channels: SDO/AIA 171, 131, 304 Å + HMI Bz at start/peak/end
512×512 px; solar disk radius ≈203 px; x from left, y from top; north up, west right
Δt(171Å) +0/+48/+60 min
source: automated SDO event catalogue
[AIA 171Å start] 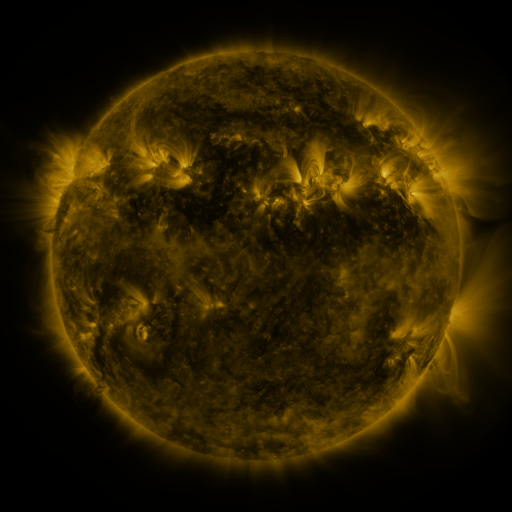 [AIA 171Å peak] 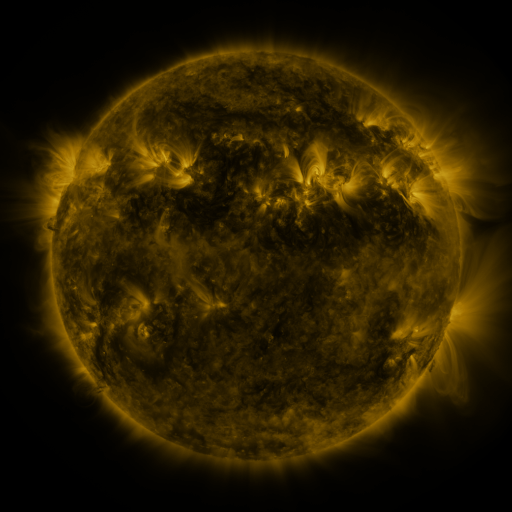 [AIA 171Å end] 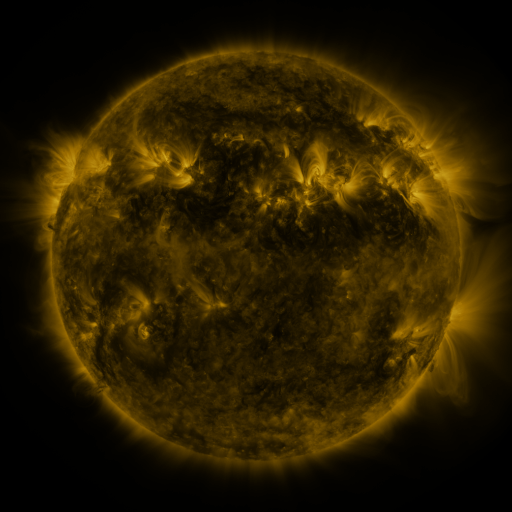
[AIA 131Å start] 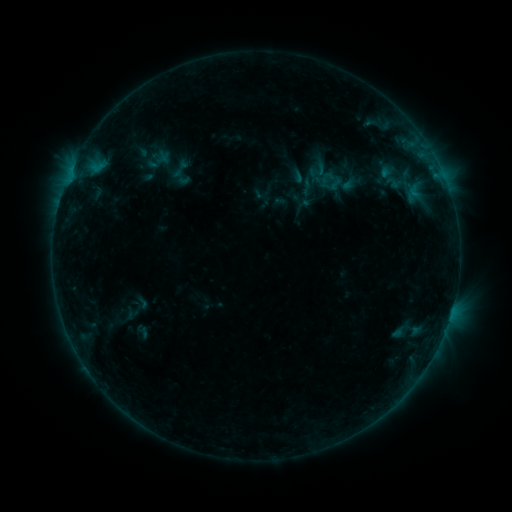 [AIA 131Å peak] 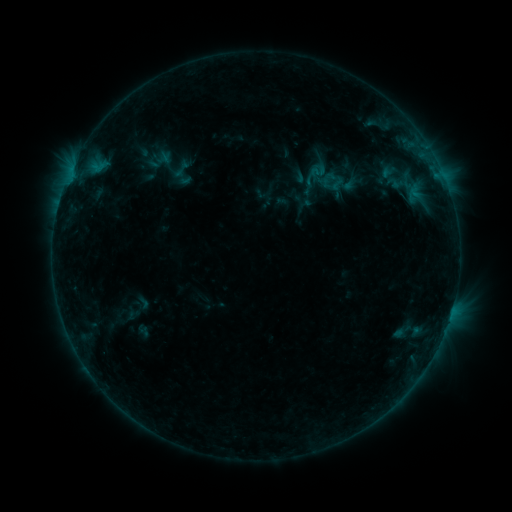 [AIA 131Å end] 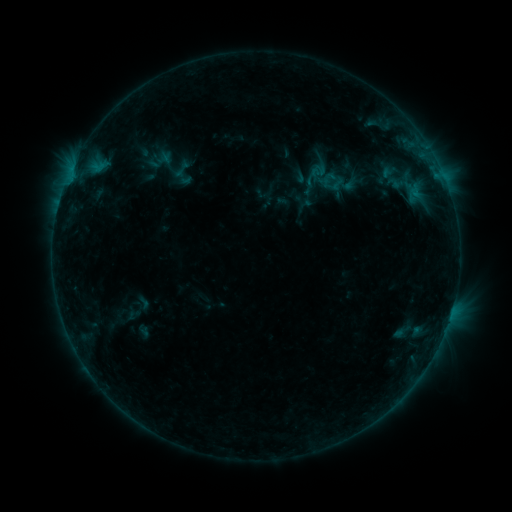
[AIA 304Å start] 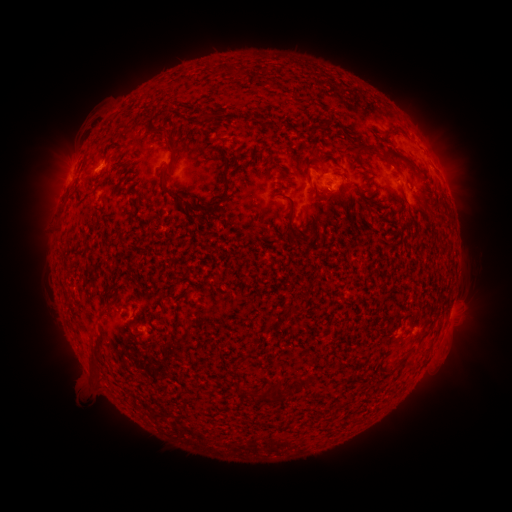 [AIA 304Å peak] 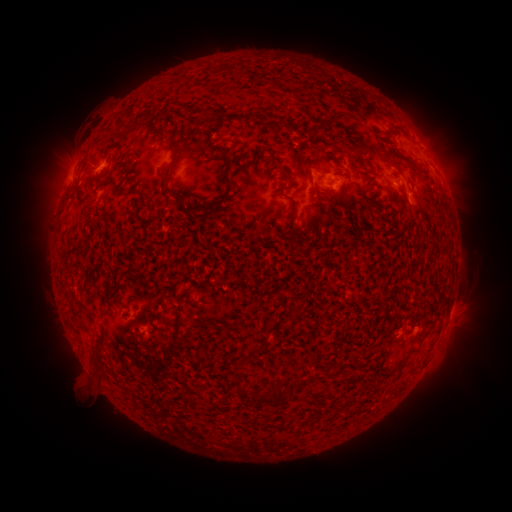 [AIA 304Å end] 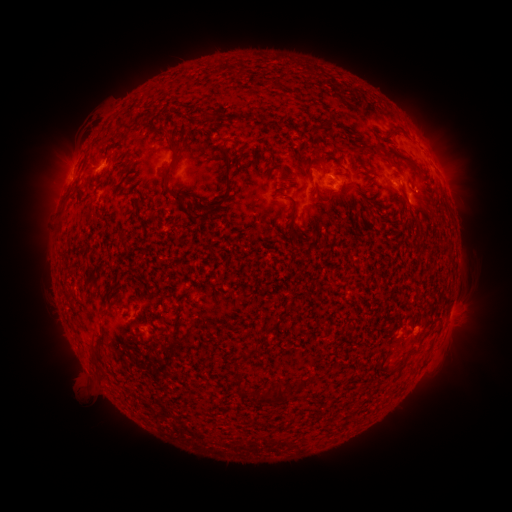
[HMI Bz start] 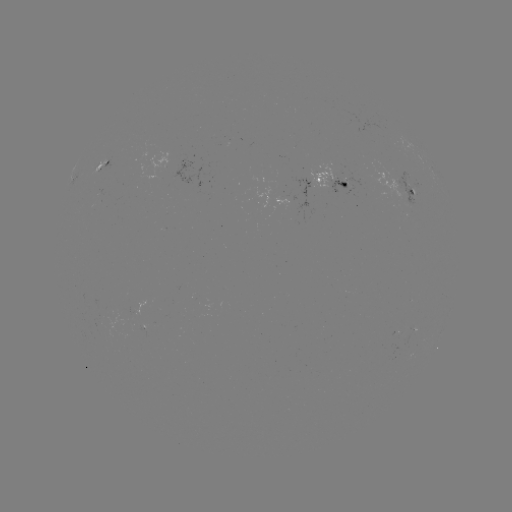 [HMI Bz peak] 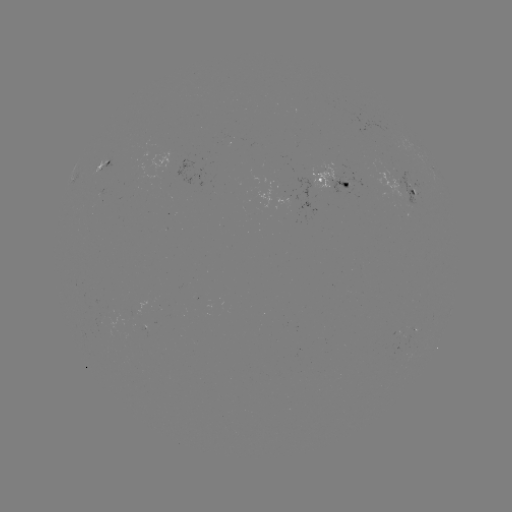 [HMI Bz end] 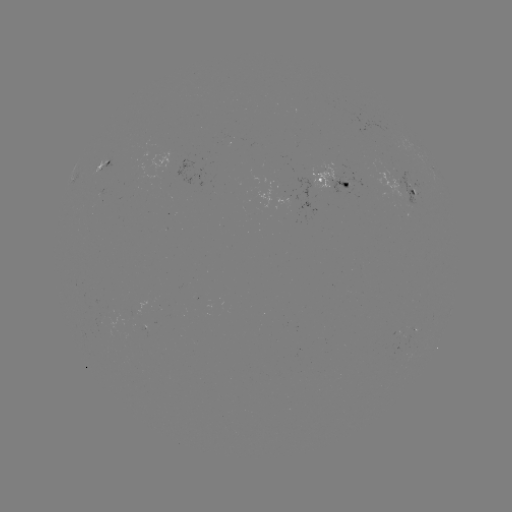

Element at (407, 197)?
emerging-flux region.